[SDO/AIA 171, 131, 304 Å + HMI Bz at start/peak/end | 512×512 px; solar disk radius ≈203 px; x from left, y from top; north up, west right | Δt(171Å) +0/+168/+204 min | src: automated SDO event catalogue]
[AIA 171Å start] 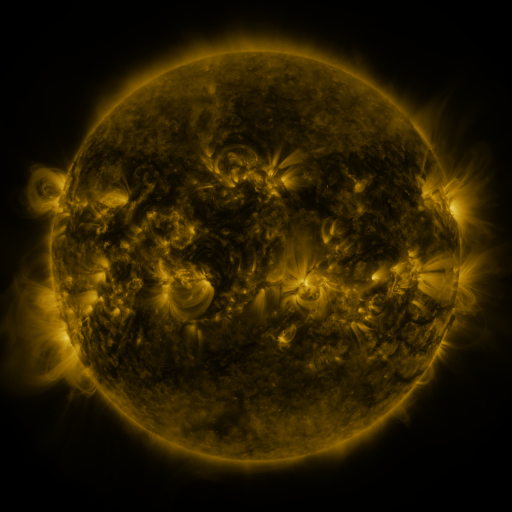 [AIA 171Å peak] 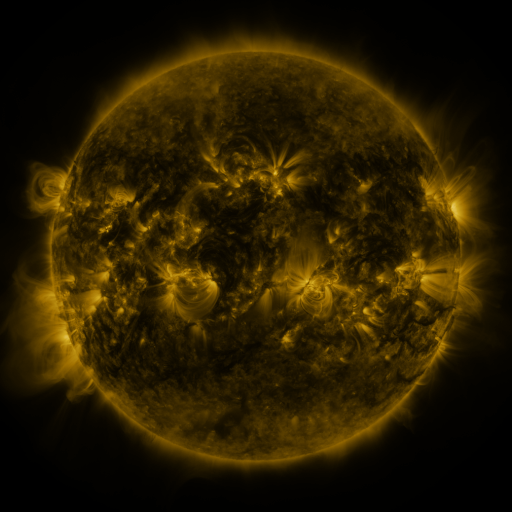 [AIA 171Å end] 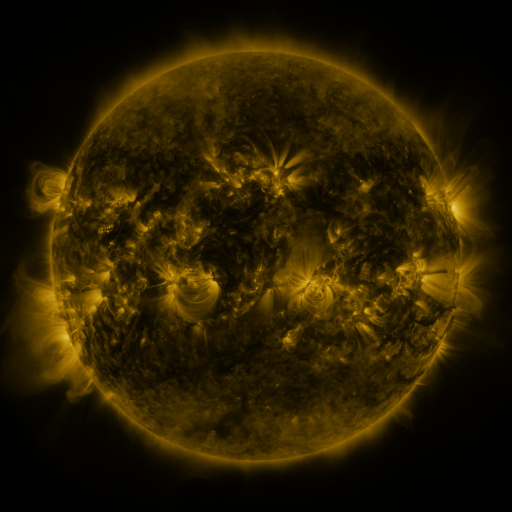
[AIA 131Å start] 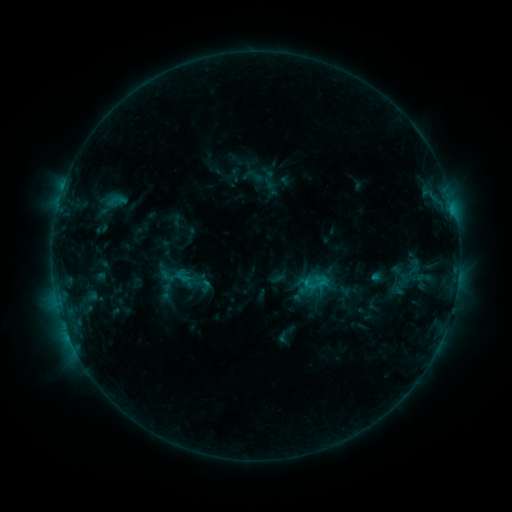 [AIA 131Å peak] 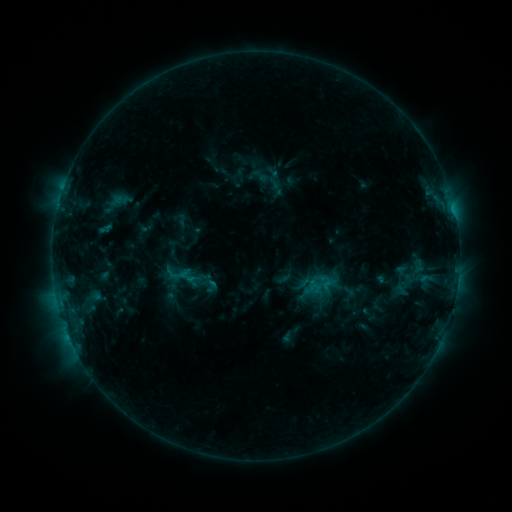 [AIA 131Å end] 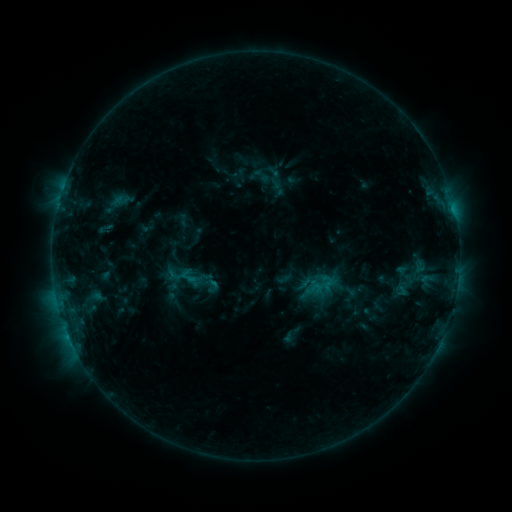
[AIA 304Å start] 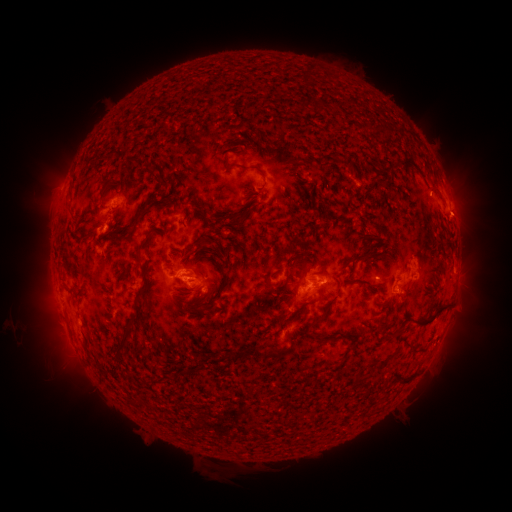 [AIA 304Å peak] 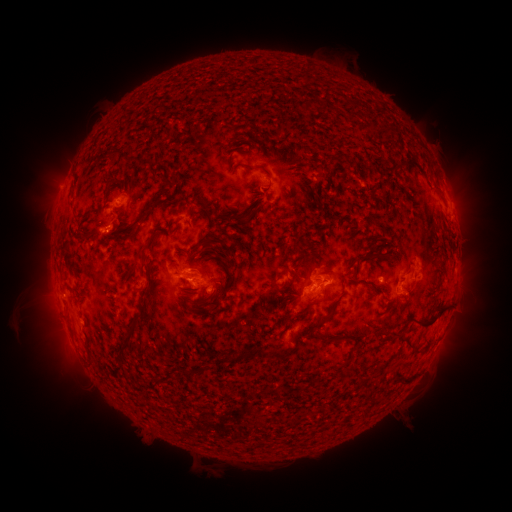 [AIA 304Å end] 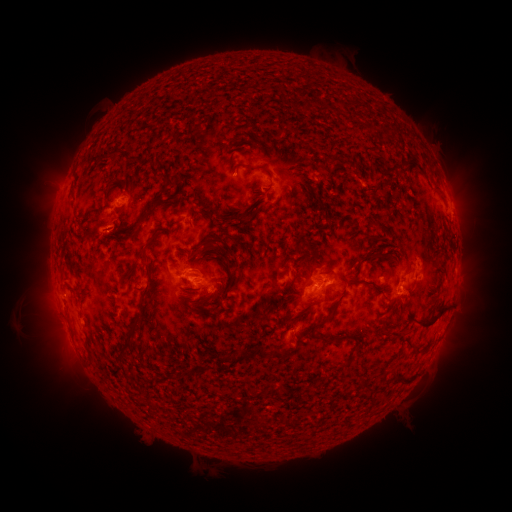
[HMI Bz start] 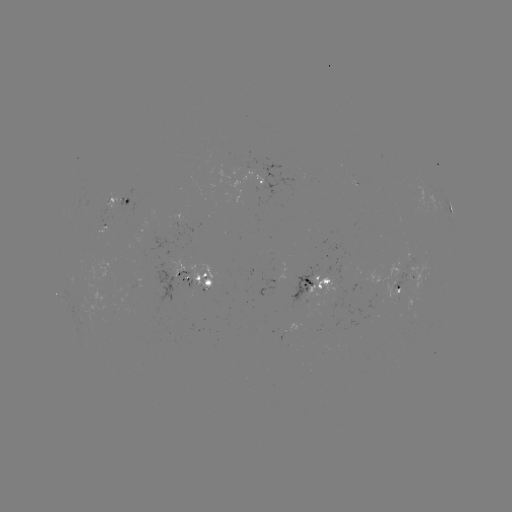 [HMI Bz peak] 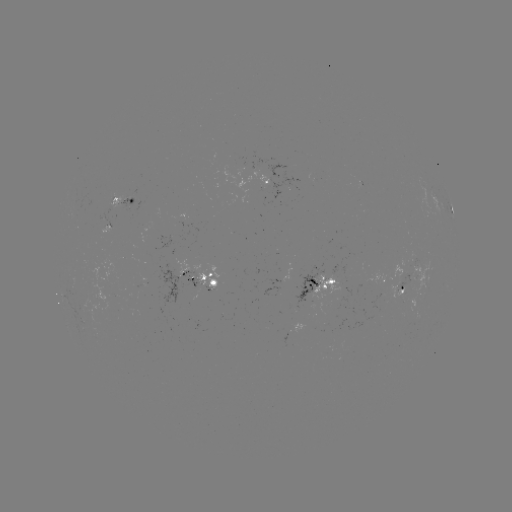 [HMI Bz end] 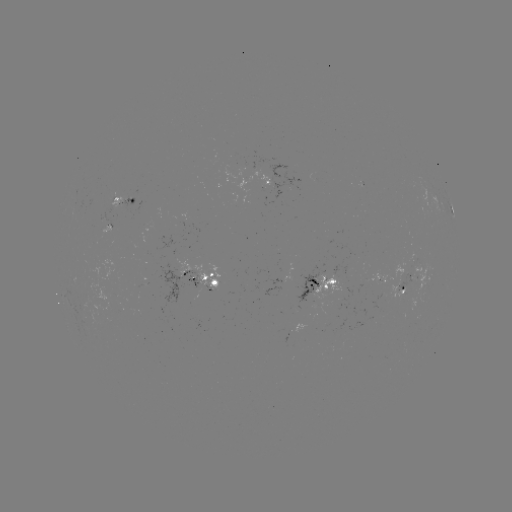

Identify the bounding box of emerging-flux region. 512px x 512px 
[102, 209, 111, 228].